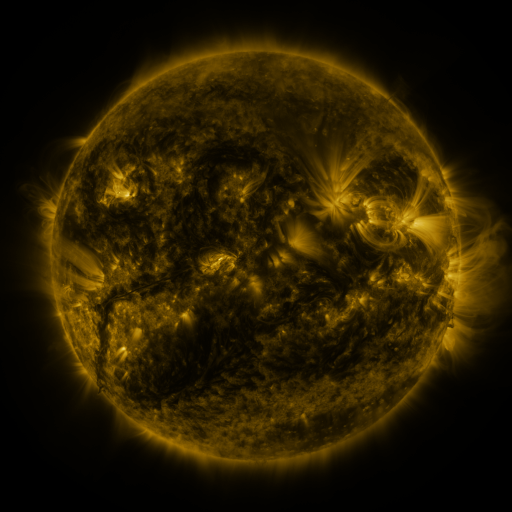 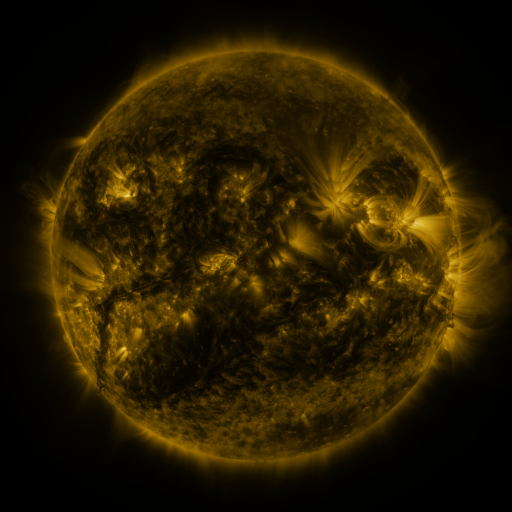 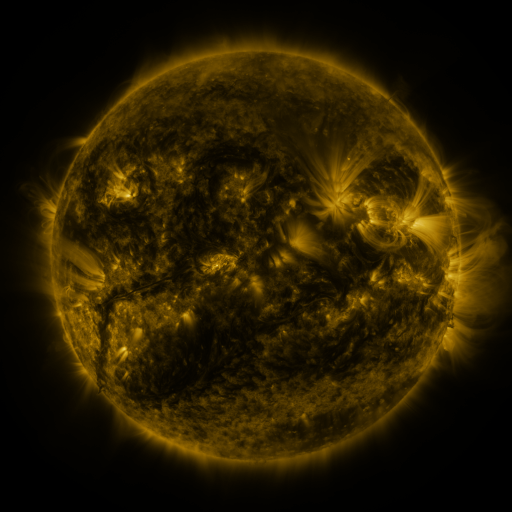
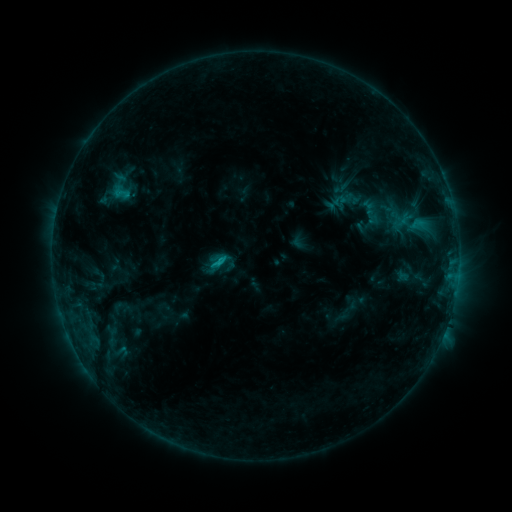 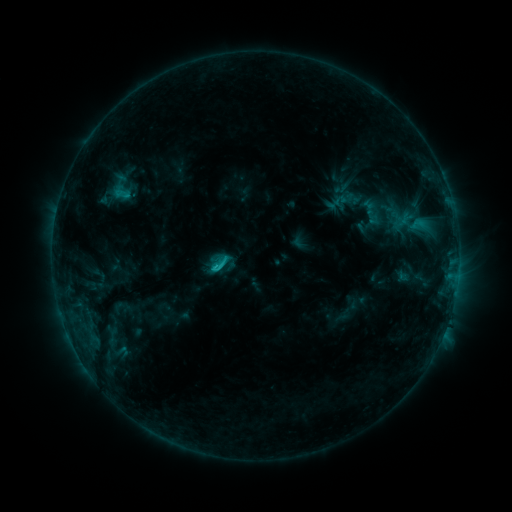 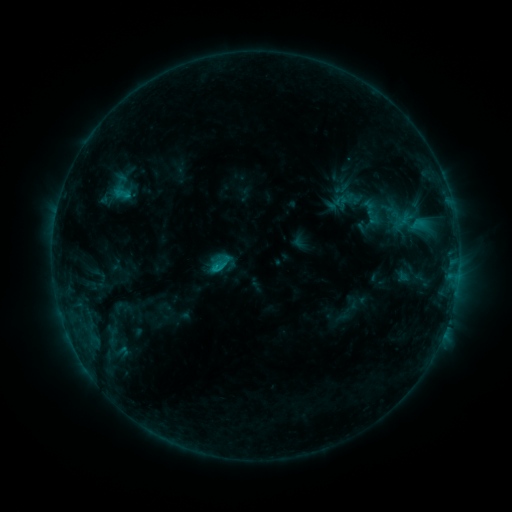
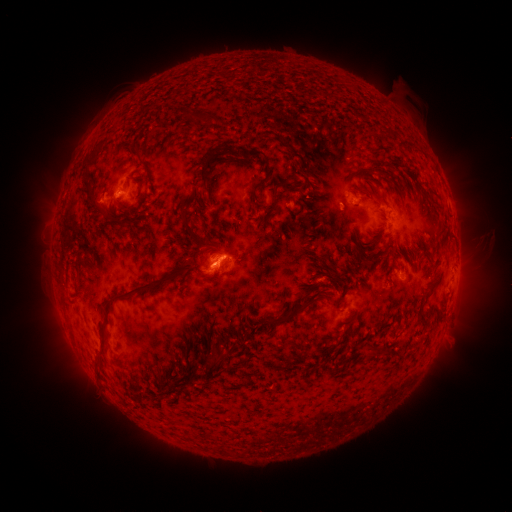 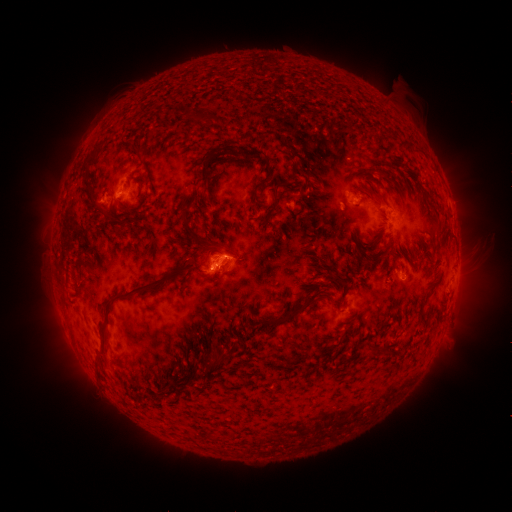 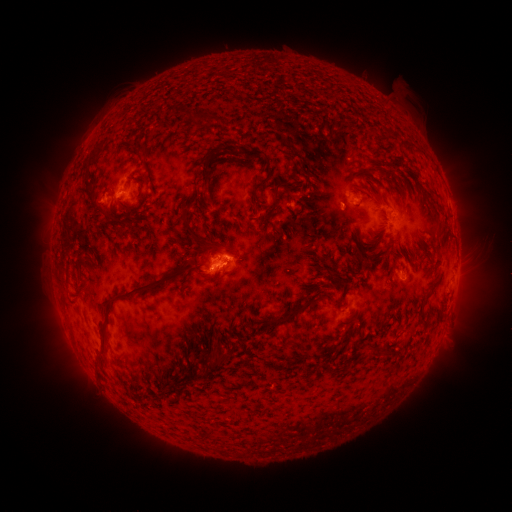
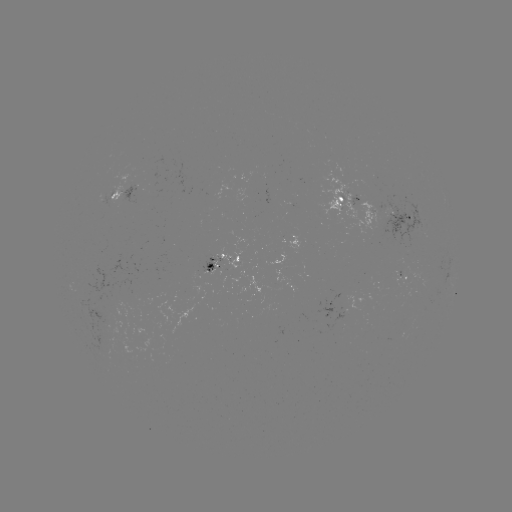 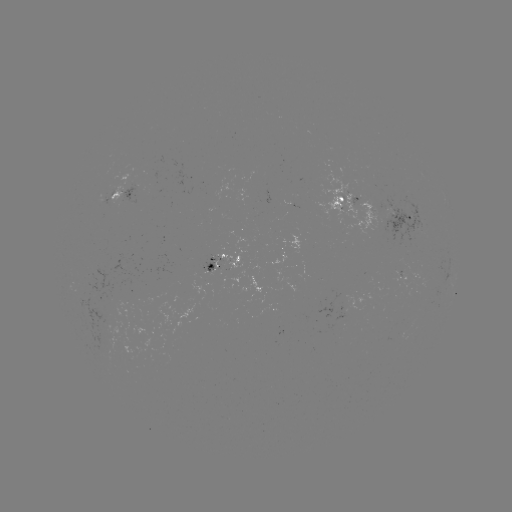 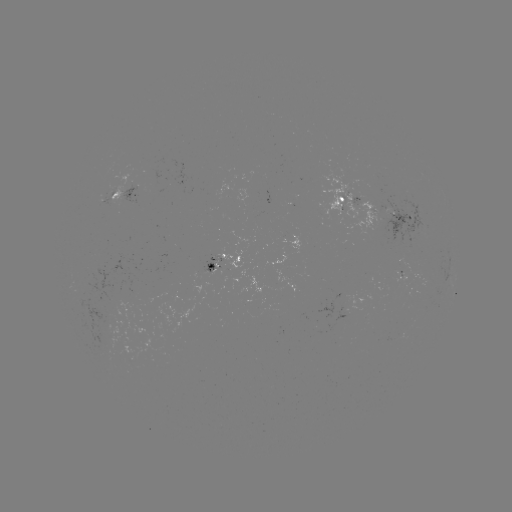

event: flare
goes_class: C1.4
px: (217, 265)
